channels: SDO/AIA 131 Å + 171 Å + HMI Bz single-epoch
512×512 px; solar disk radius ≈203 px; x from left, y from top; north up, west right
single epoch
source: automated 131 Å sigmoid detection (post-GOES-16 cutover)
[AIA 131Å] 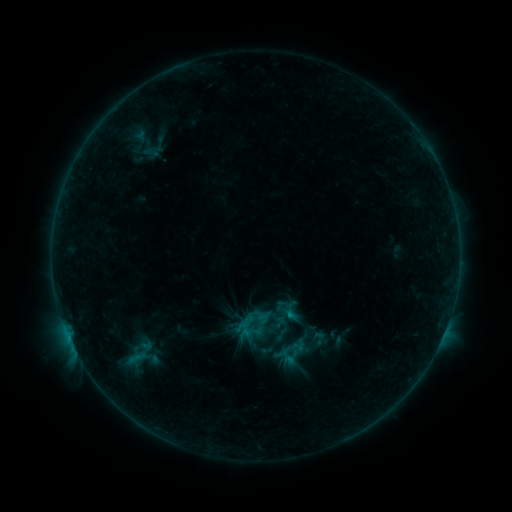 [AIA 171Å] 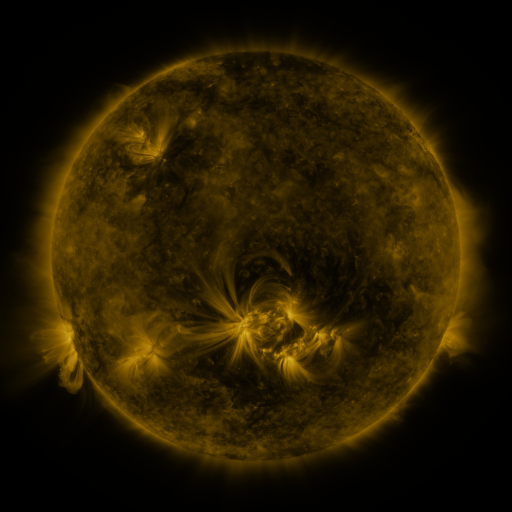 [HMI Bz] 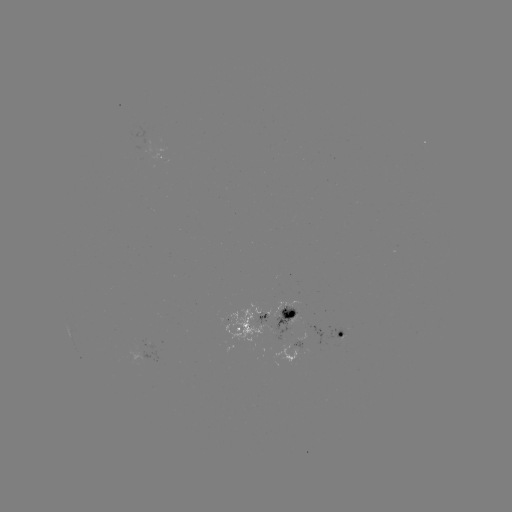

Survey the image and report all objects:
sigmoid: [272, 297, 296, 322]
sigmoid: [281, 339, 299, 358]
